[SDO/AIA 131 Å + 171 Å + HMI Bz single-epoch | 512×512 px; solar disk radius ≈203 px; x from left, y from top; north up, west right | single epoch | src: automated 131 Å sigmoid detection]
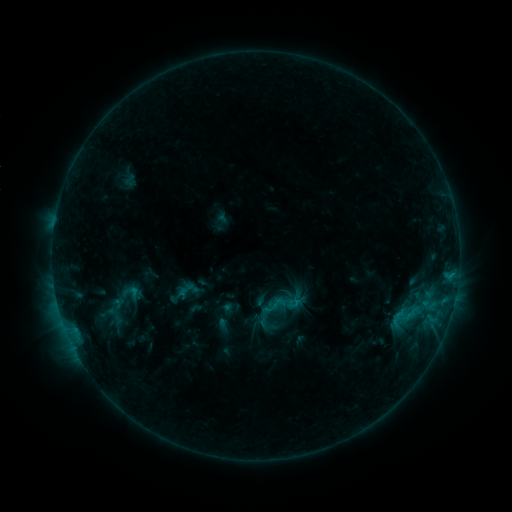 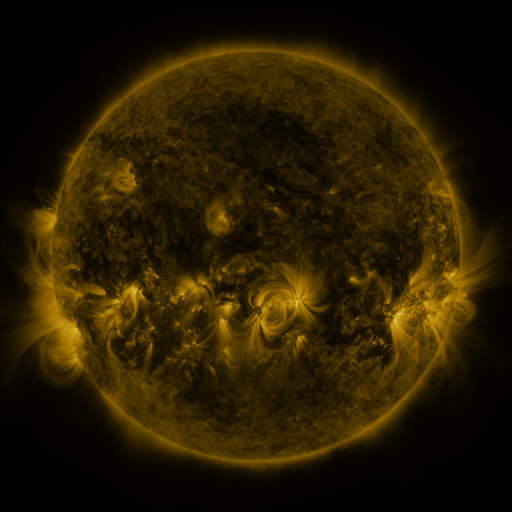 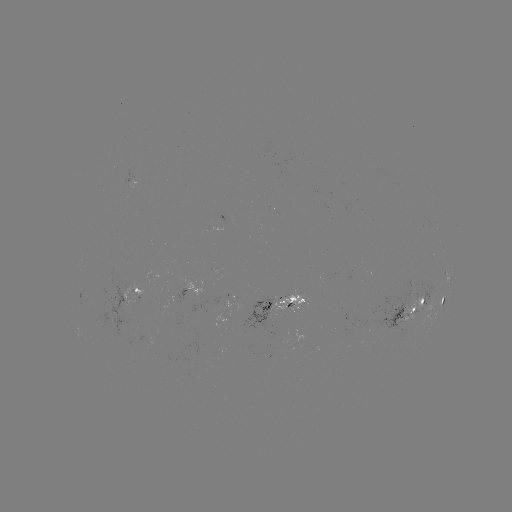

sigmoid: (263, 295, 285, 317)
